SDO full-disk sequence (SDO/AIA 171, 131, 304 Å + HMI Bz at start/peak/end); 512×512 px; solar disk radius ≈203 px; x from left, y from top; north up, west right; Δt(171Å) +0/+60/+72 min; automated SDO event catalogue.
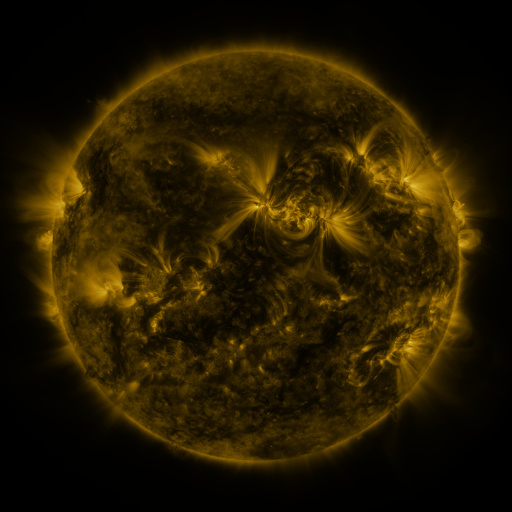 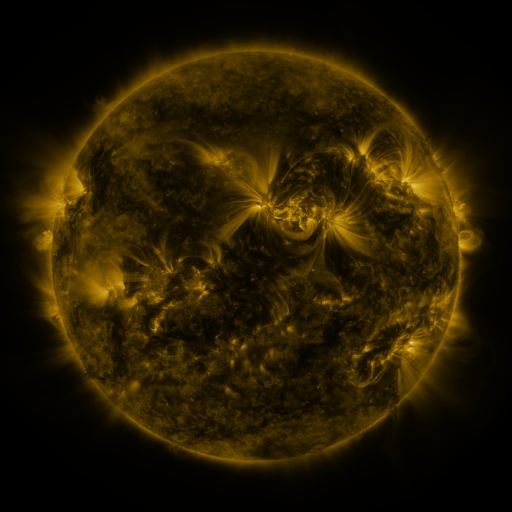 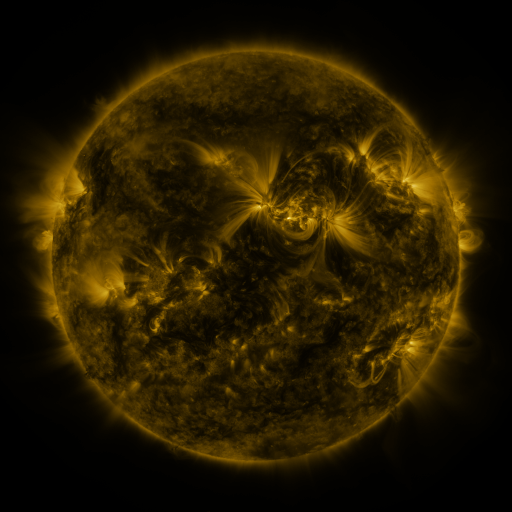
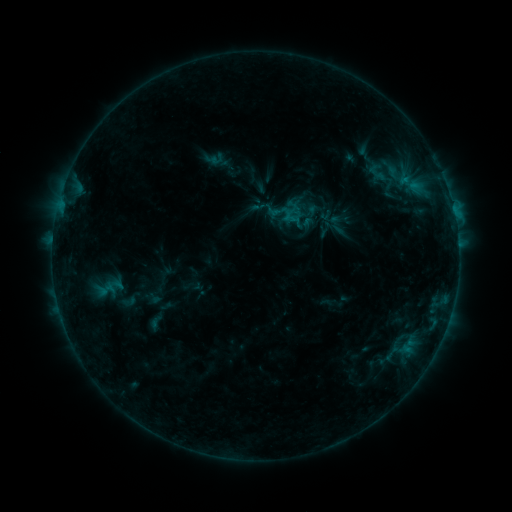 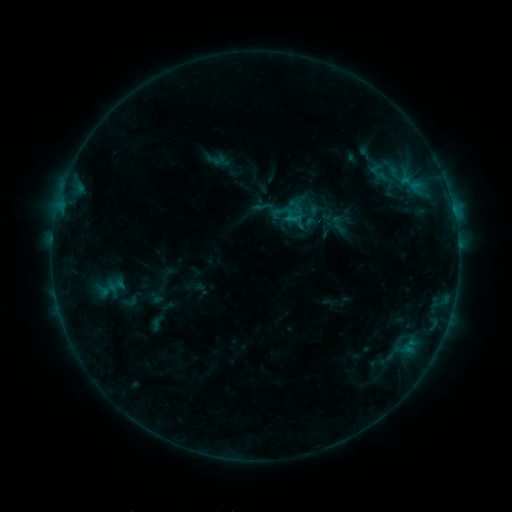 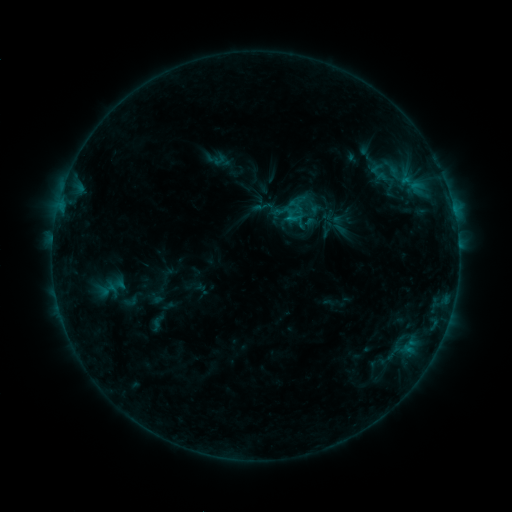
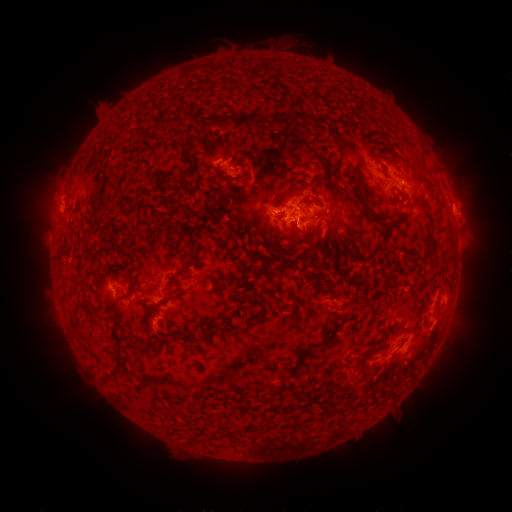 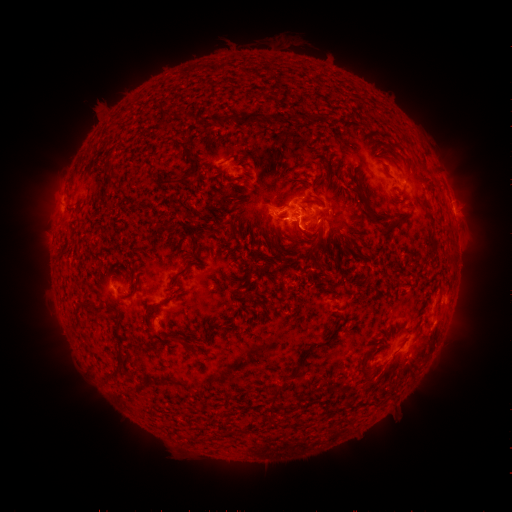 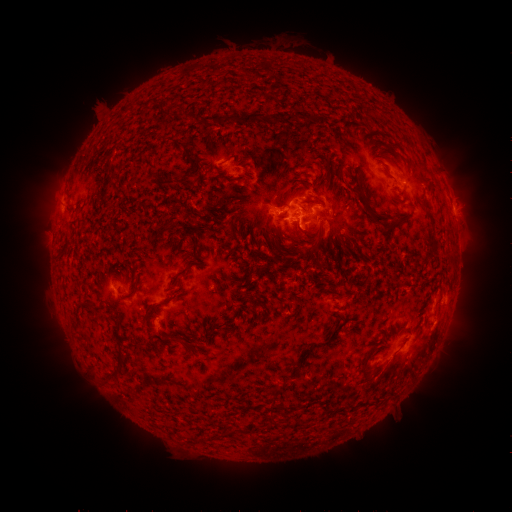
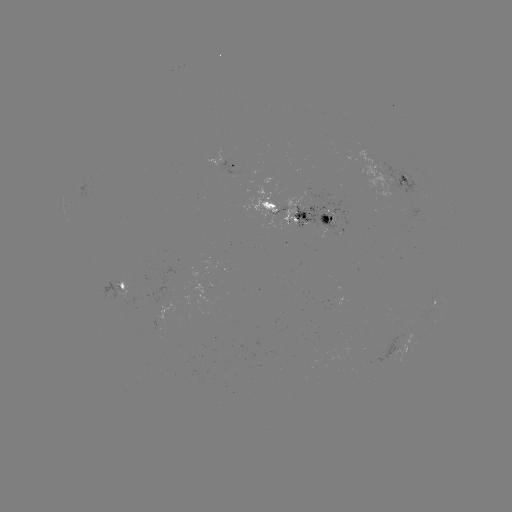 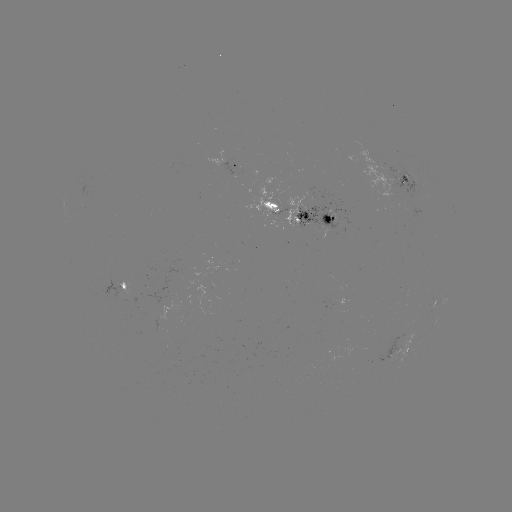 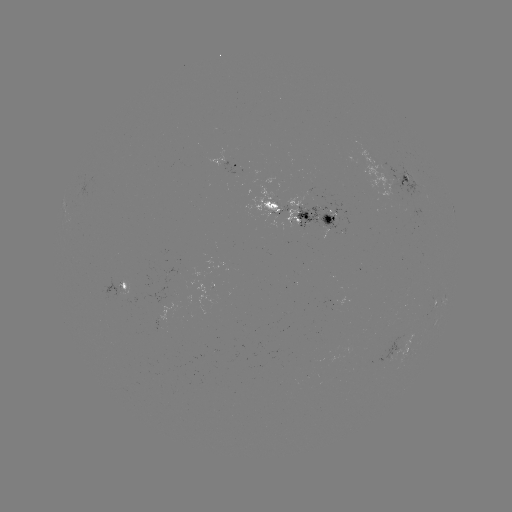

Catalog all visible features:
emerging-flux region: (408, 178)
